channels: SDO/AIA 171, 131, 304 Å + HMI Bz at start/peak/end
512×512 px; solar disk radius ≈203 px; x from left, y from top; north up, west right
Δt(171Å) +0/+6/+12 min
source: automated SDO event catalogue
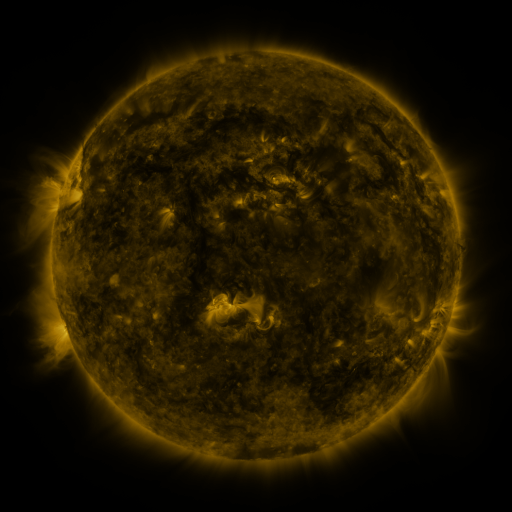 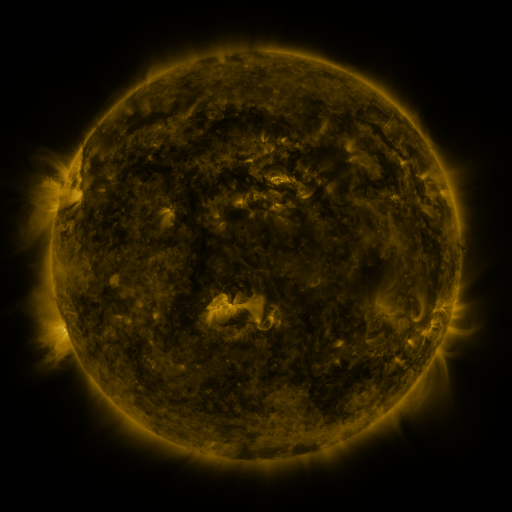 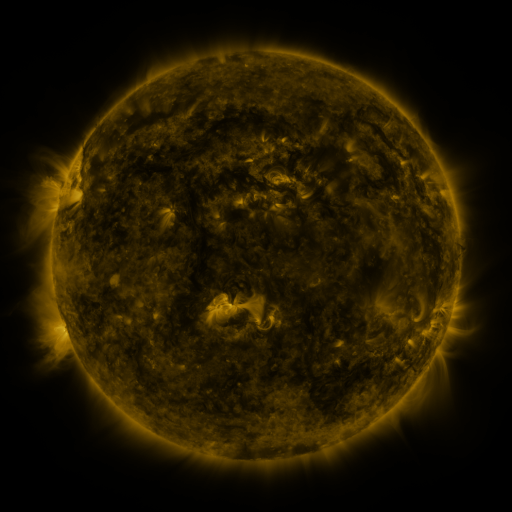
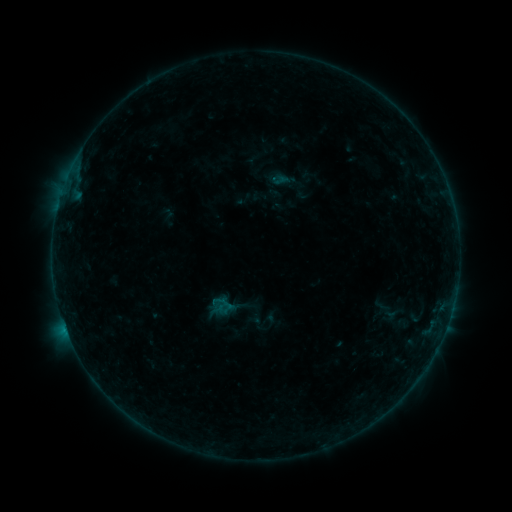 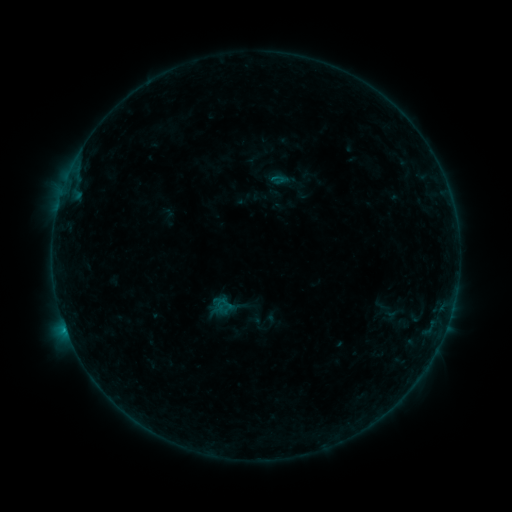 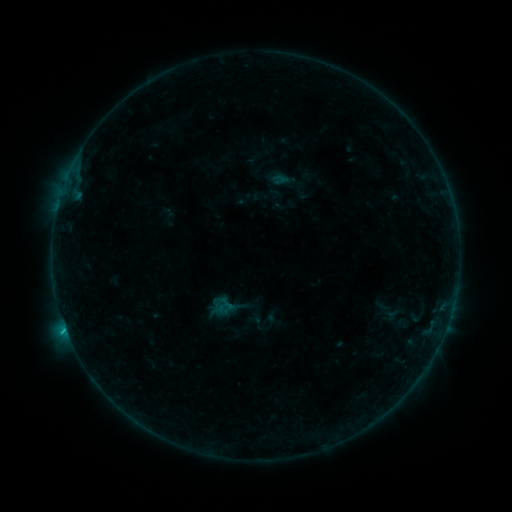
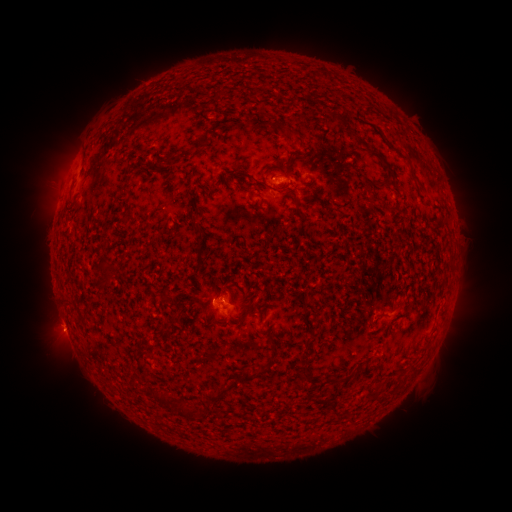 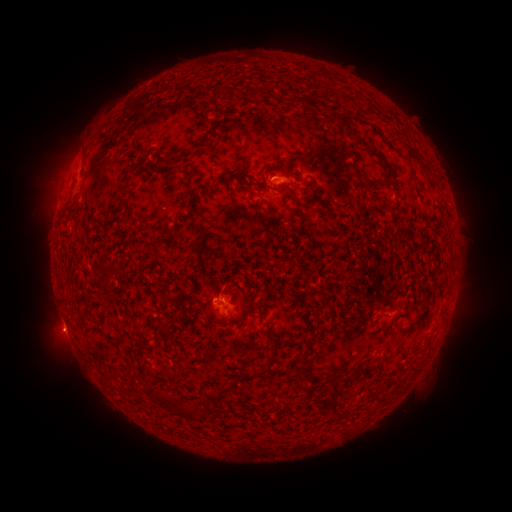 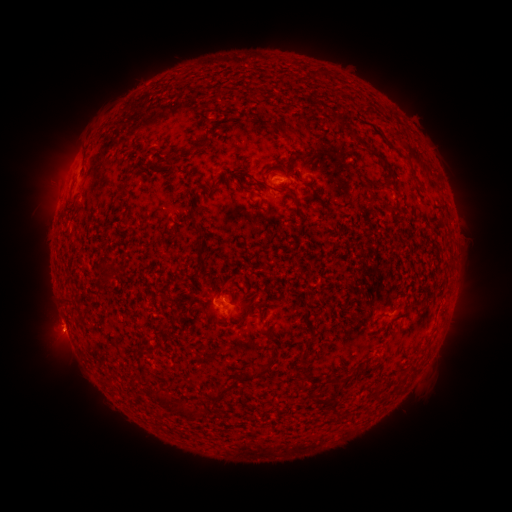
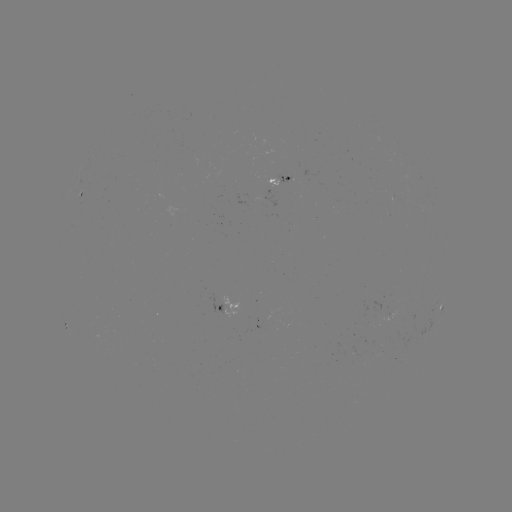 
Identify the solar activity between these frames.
B6.8 flare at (66, 328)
